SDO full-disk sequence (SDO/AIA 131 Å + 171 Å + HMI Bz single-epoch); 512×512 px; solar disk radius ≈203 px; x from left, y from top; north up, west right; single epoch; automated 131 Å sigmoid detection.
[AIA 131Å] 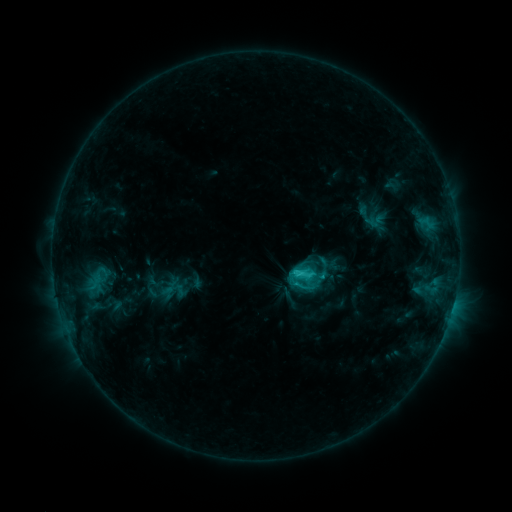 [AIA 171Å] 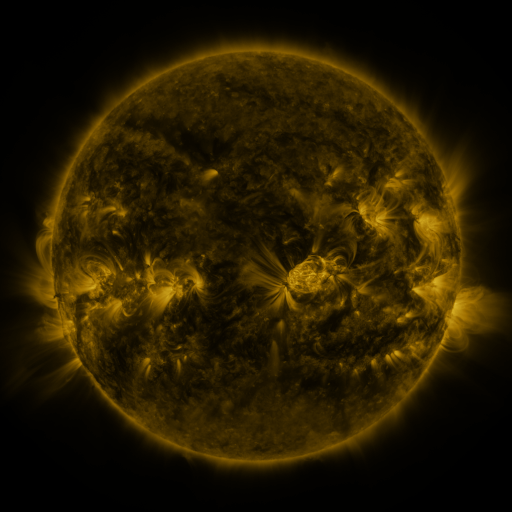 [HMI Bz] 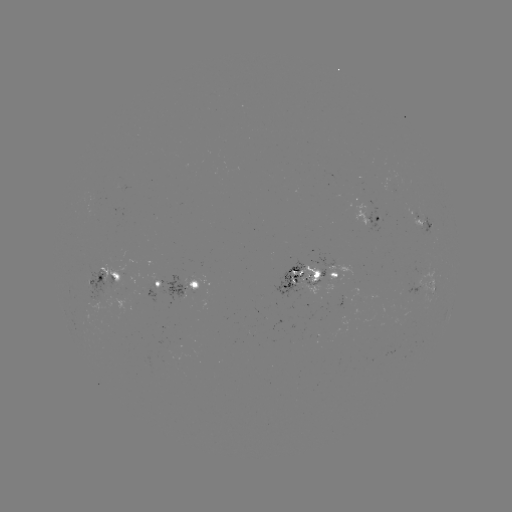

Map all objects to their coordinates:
sigmoid: [291, 262, 314, 286]
